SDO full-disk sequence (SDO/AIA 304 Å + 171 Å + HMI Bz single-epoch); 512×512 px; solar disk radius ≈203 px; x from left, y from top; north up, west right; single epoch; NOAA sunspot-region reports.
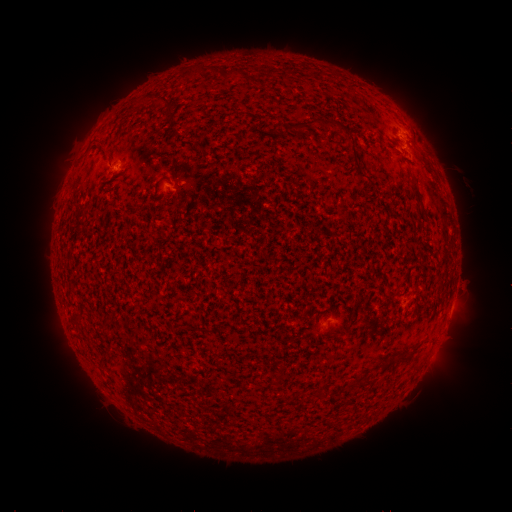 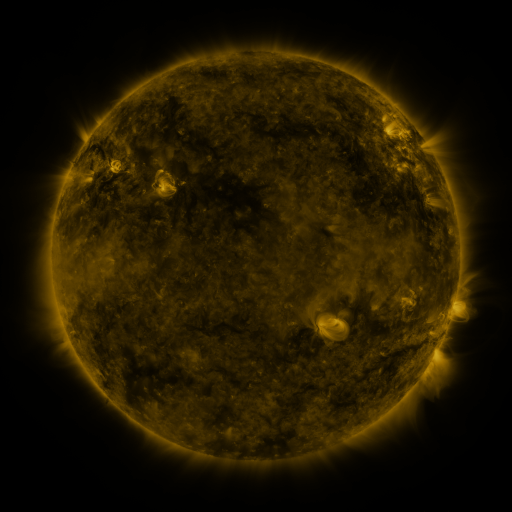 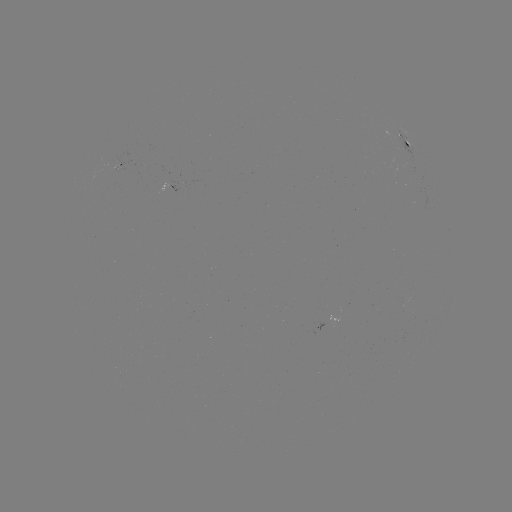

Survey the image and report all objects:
spotted active region: (407, 142)
spotted active region: (120, 167)
spotted active region: (166, 187)
